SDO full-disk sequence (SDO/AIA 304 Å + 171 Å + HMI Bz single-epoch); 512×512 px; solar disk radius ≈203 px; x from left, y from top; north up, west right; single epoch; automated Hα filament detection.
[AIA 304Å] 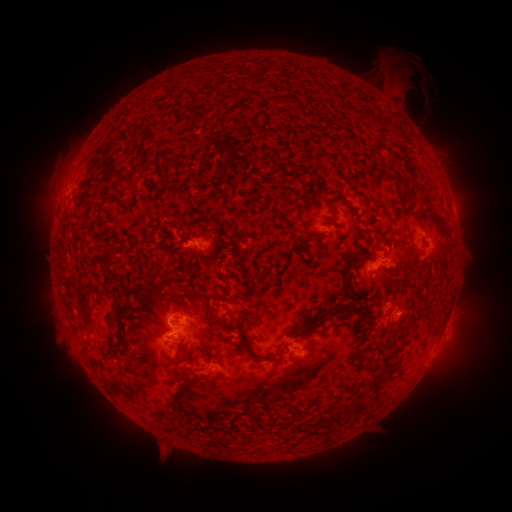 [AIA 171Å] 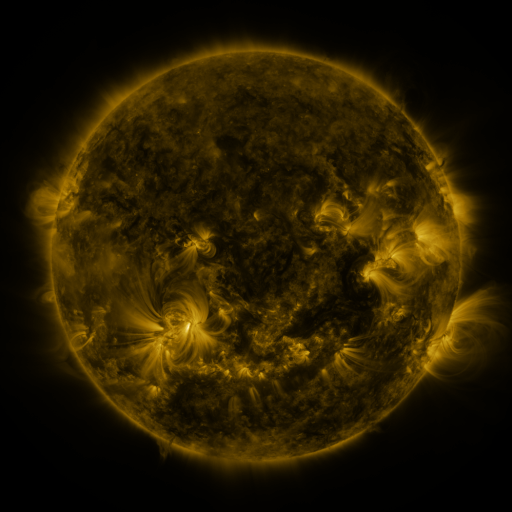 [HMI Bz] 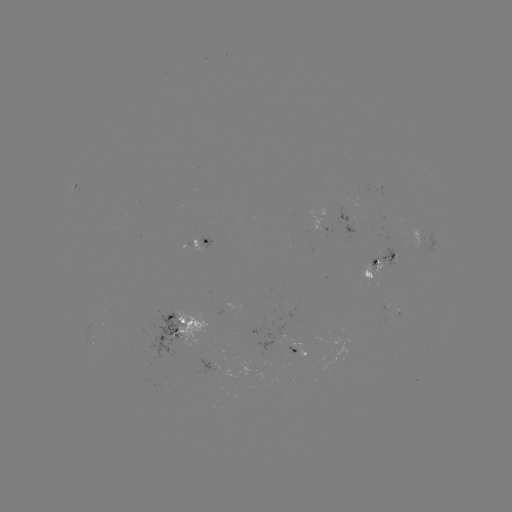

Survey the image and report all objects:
filament: (148, 162)
filament: (407, 186)
filament: (435, 218)
filament: (311, 235)
filament: (150, 293)
filament: (85, 296)
filament: (343, 310)
filament: (124, 313)
filament: (254, 313)
filament: (413, 319)
filament: (316, 320)
filament: (400, 328)
filament: (300, 334)
filament: (243, 343)
filament: (116, 344)
filament: (271, 356)
filament: (344, 407)
